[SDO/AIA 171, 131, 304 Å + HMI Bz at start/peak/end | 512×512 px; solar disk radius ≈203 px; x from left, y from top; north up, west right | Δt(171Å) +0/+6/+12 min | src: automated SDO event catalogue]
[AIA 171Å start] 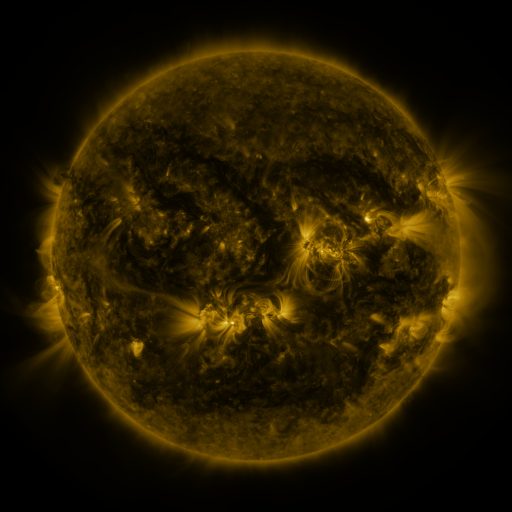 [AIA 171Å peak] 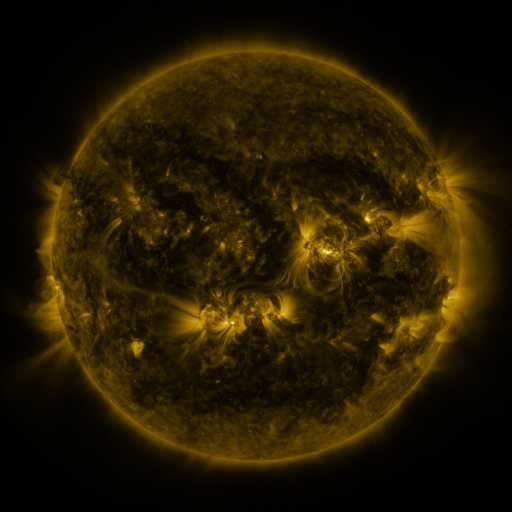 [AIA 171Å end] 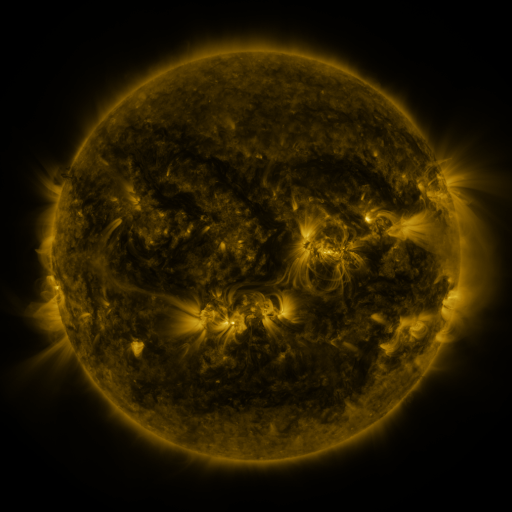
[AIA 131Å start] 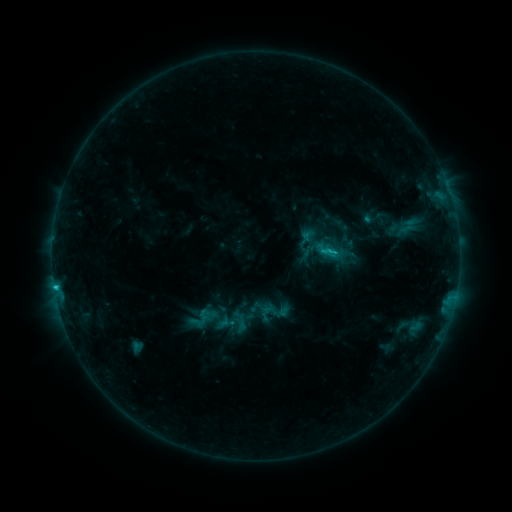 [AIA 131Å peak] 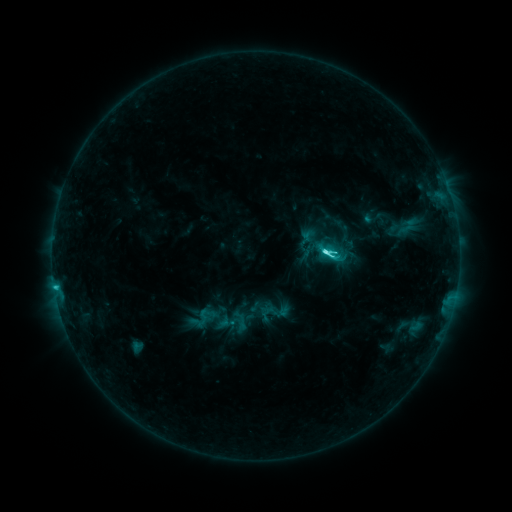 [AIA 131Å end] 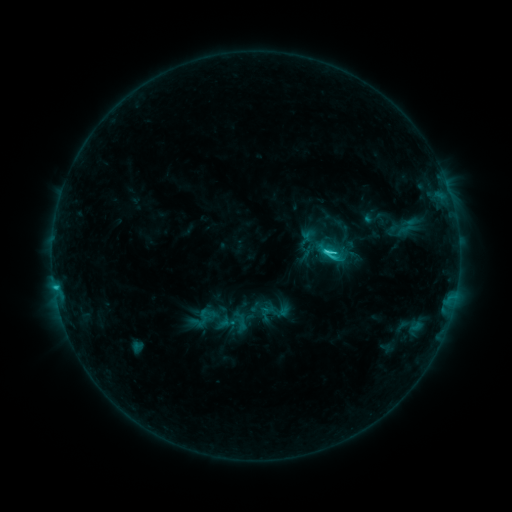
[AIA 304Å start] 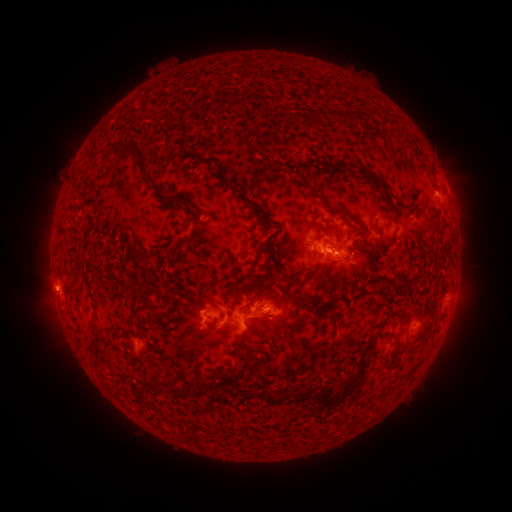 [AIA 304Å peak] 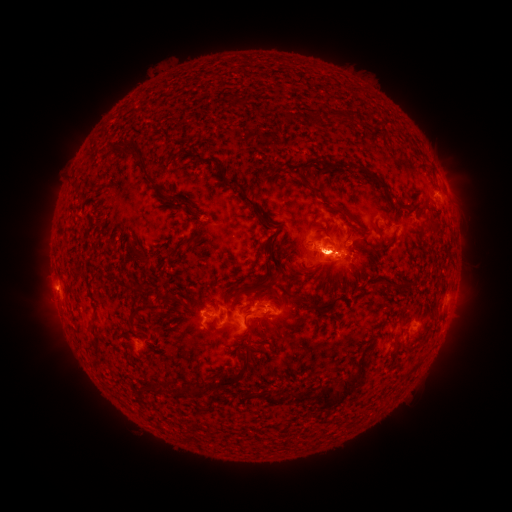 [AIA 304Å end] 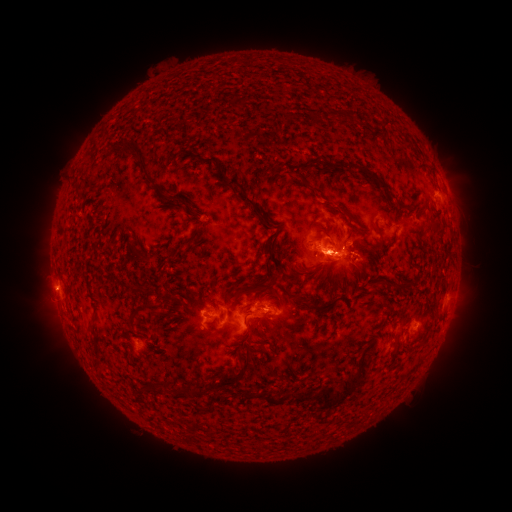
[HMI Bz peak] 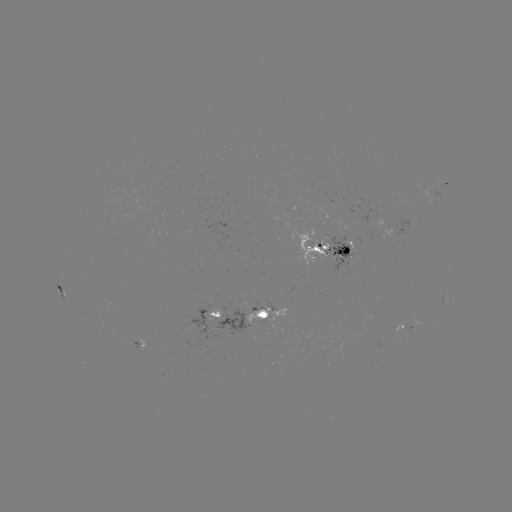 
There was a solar eruption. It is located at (329, 262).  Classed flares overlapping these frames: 1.